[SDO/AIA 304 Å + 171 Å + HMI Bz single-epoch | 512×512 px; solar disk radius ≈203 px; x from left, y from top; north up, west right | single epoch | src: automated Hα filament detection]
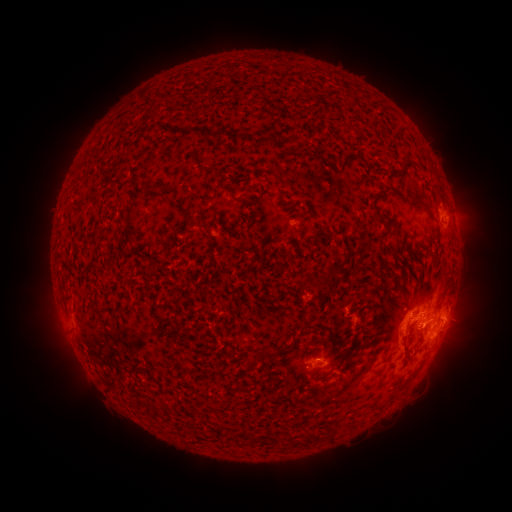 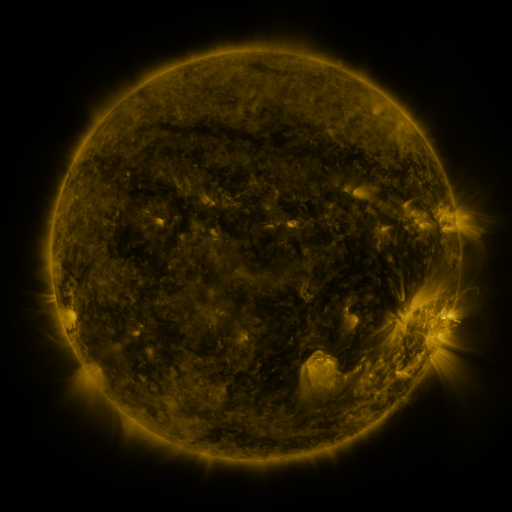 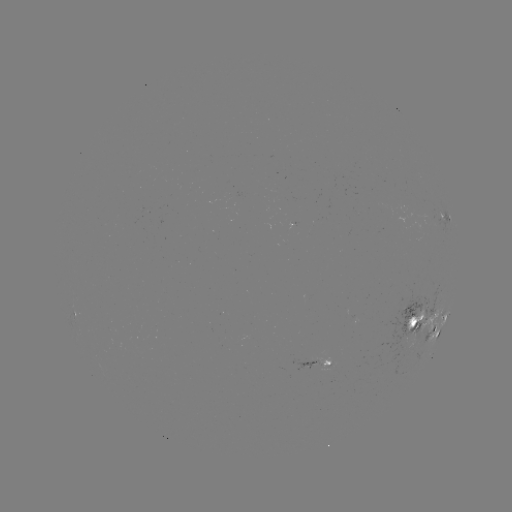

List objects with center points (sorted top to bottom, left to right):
filament: (200, 129, 222, 138)
filament: (257, 132, 276, 147)
filament: (227, 133, 238, 142)
filament: (400, 157, 414, 169)
filament: (146, 183, 165, 195)
filament: (220, 184, 235, 201)
filament: (372, 184, 400, 200)
filament: (408, 189, 423, 203)
filament: (422, 203, 432, 212)
filament: (371, 204, 383, 211)
filament: (191, 220, 202, 229)
filament: (306, 265, 341, 289)
filament: (261, 351, 272, 361)
filament: (237, 382, 250, 391)
filament: (120, 388, 129, 398)
filament: (306, 432, 325, 444)
